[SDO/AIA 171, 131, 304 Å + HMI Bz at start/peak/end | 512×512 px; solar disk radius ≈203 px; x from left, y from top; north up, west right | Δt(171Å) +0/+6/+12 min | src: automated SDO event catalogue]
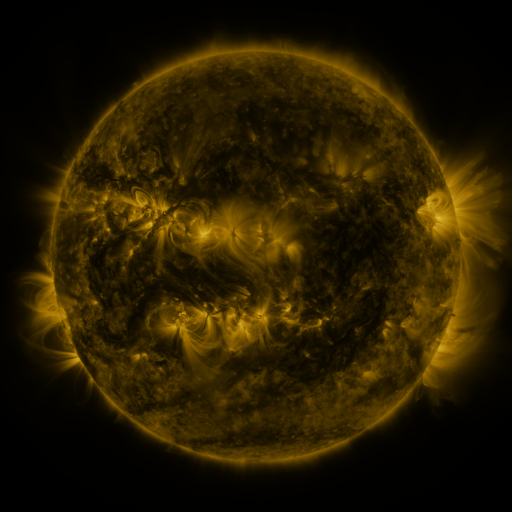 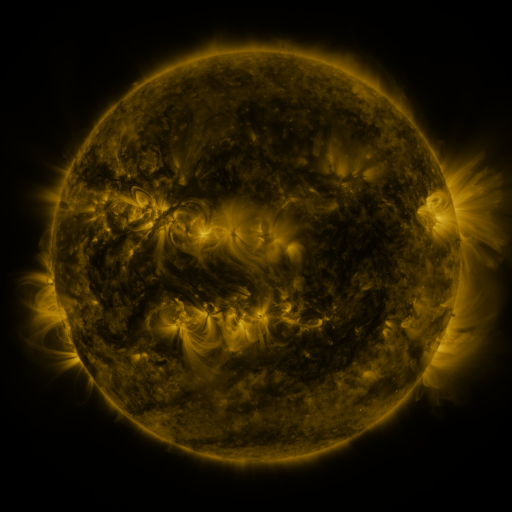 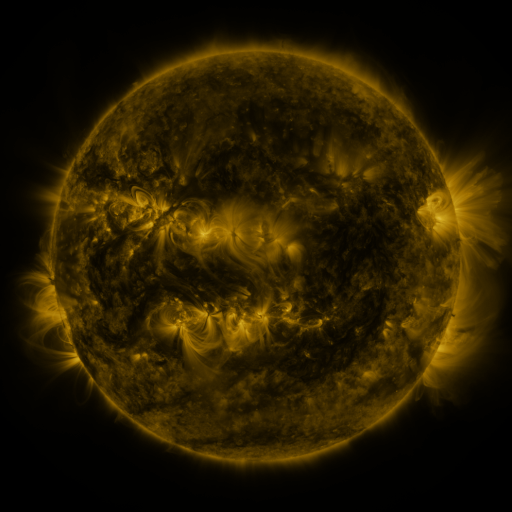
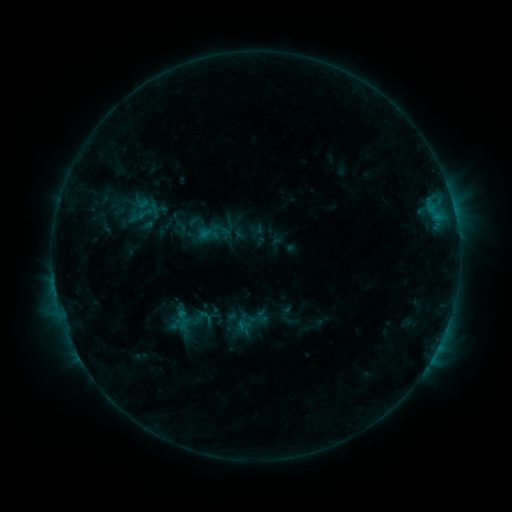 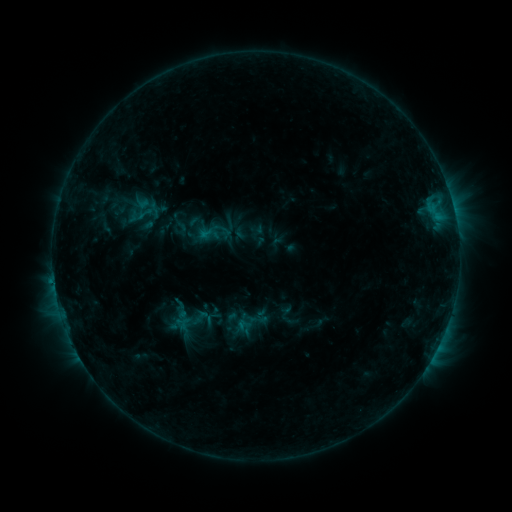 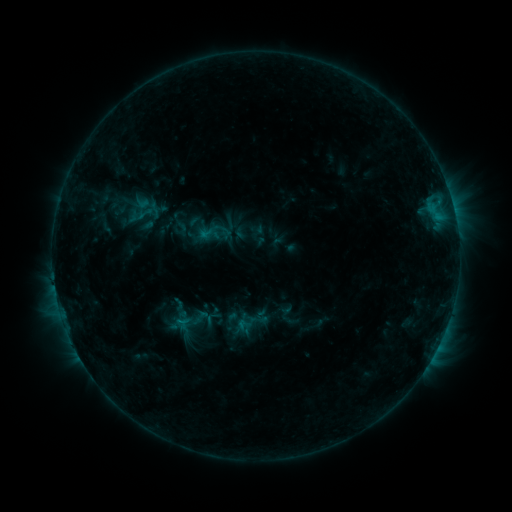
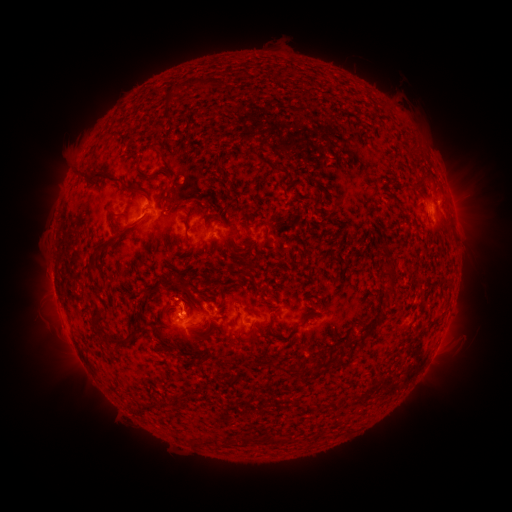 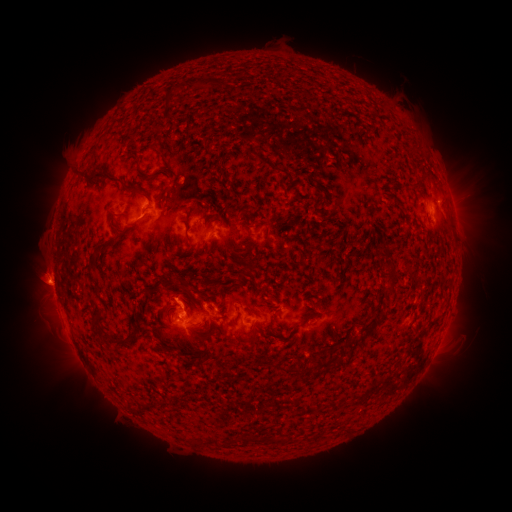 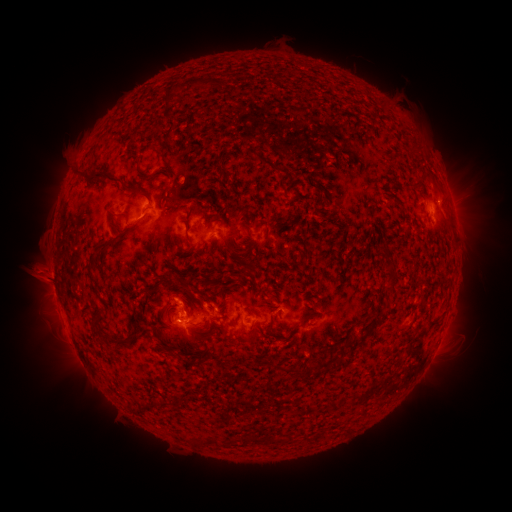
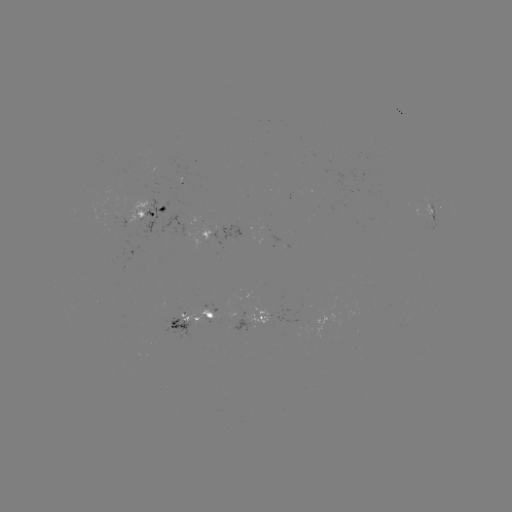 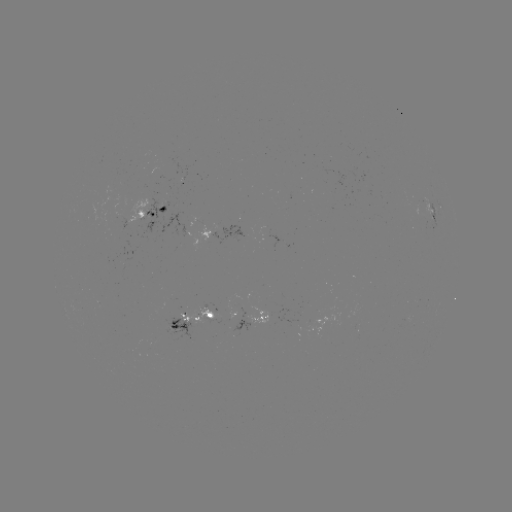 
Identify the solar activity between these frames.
eruption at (44, 274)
